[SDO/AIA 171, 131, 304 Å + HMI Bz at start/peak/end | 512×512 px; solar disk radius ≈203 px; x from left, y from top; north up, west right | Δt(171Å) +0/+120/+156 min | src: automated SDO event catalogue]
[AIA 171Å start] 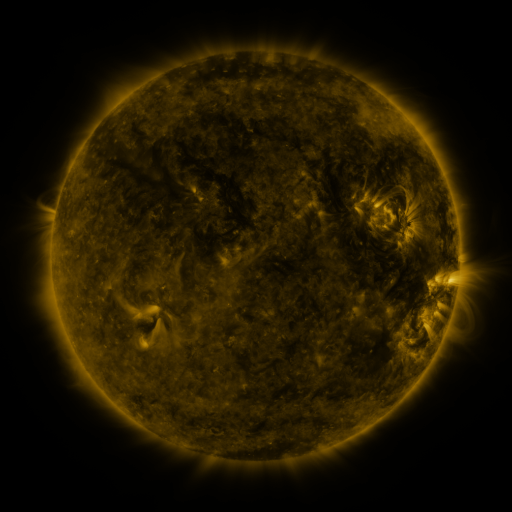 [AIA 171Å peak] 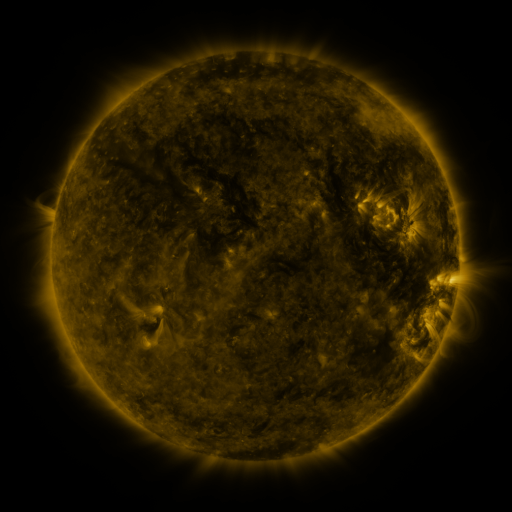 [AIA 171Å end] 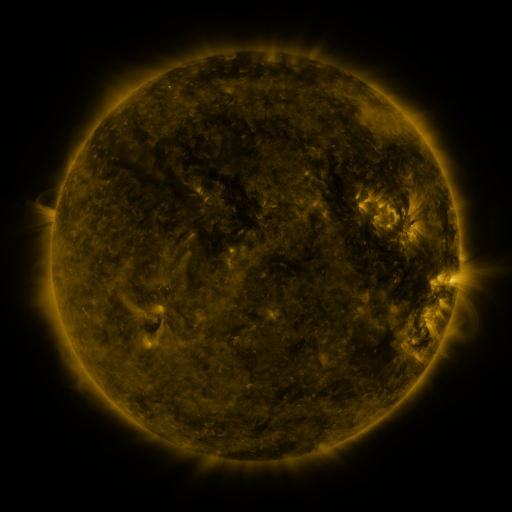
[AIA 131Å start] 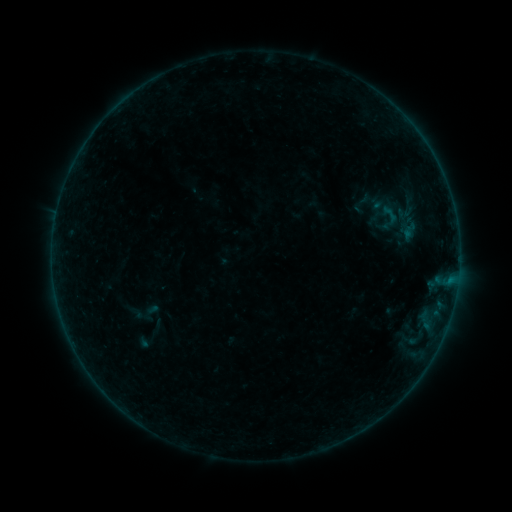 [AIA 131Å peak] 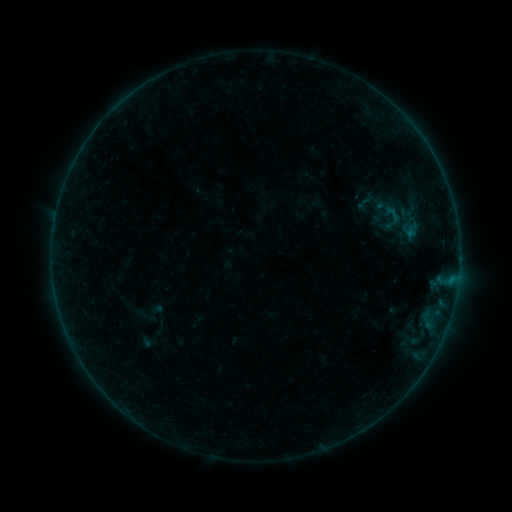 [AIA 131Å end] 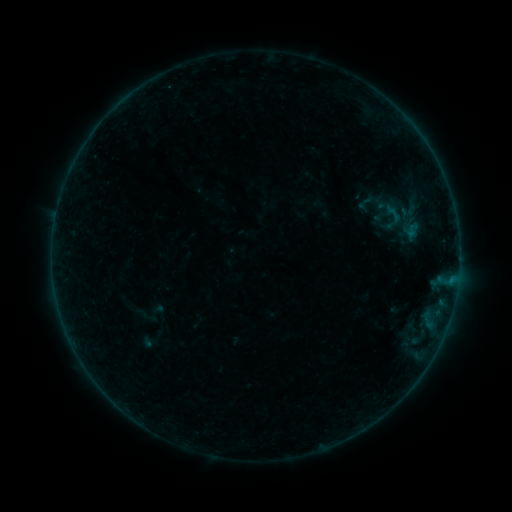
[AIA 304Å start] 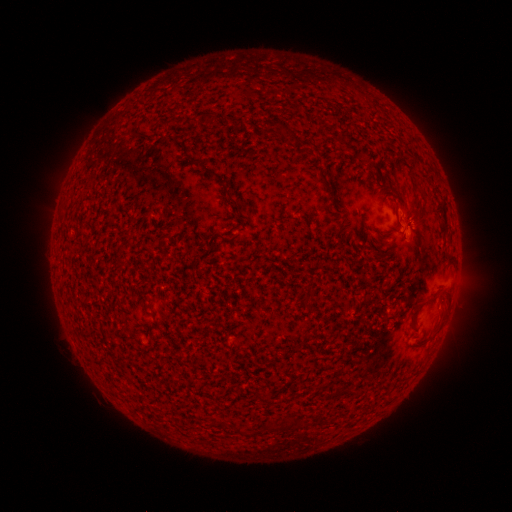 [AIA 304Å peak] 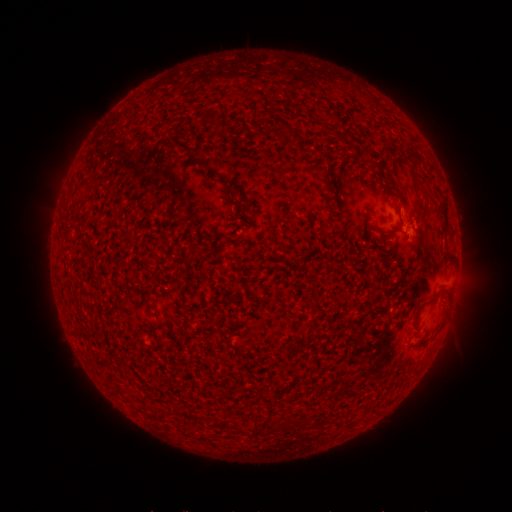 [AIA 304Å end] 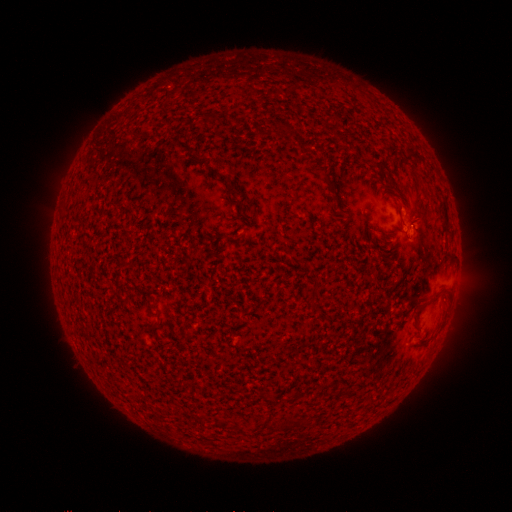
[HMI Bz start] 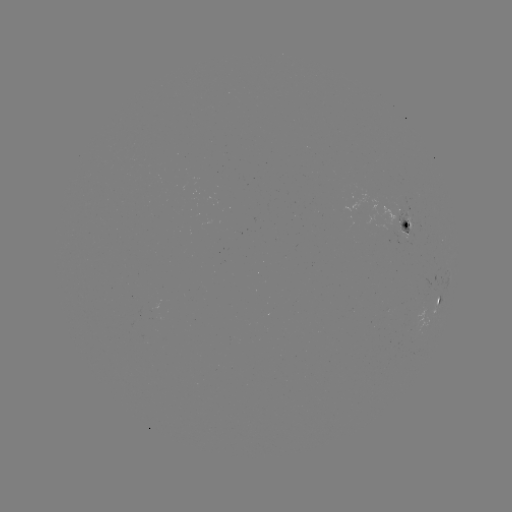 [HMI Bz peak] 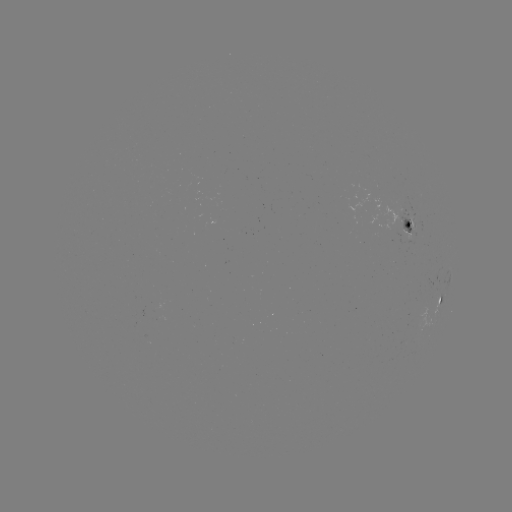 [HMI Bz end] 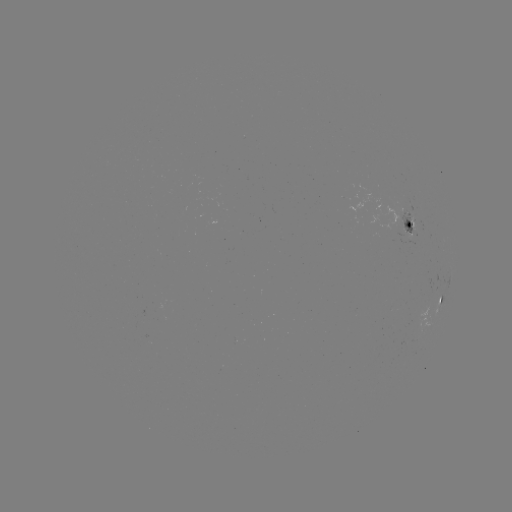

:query emerging-flux region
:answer [409, 229]